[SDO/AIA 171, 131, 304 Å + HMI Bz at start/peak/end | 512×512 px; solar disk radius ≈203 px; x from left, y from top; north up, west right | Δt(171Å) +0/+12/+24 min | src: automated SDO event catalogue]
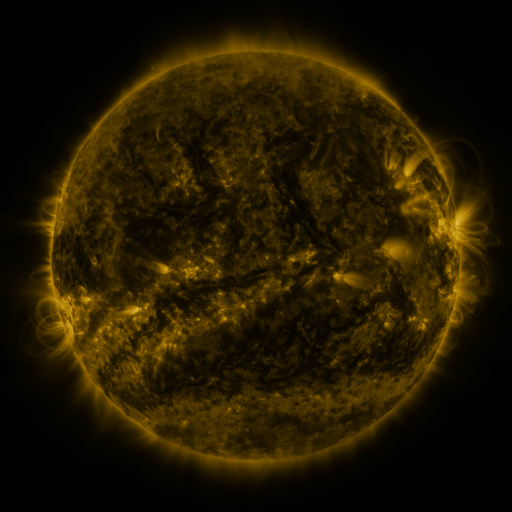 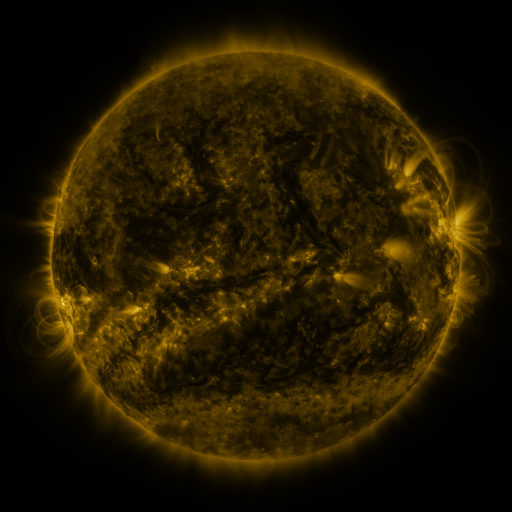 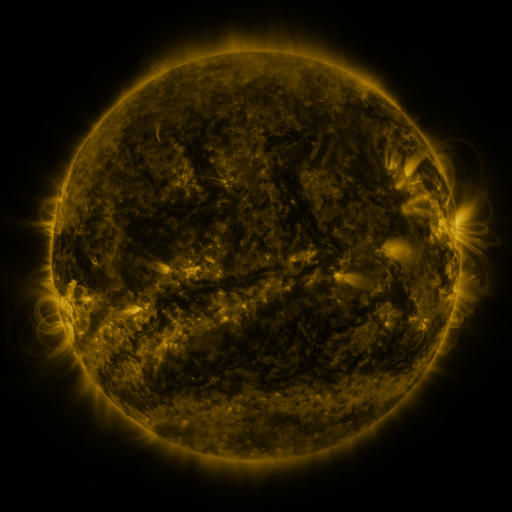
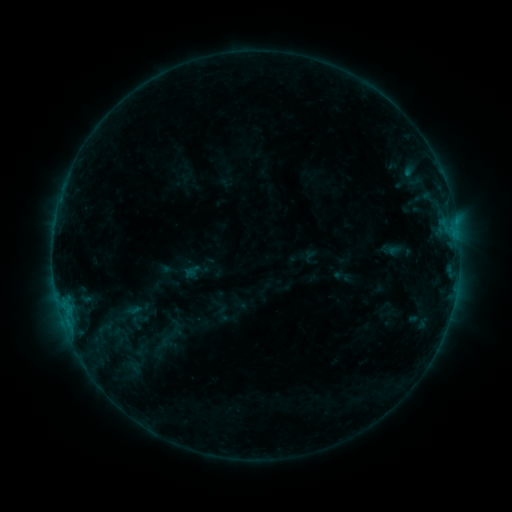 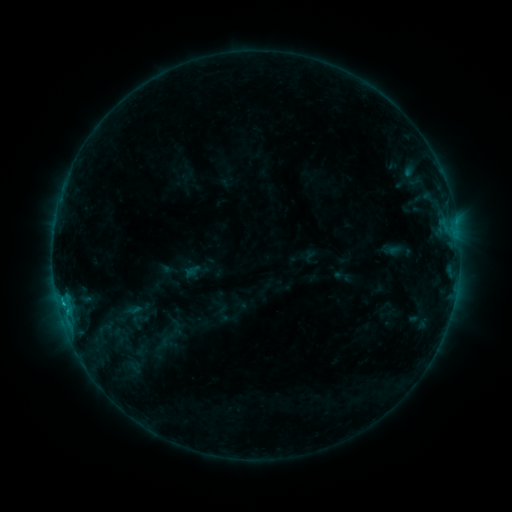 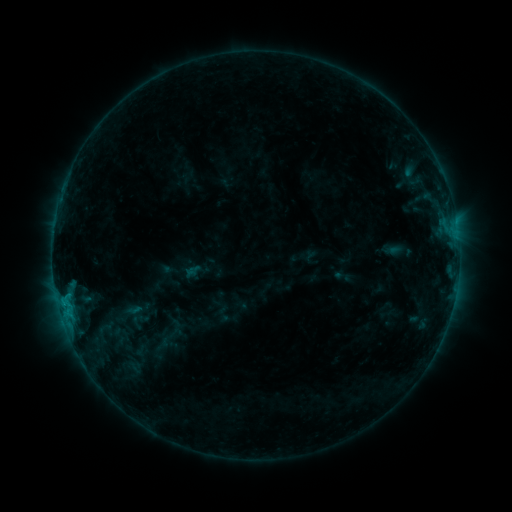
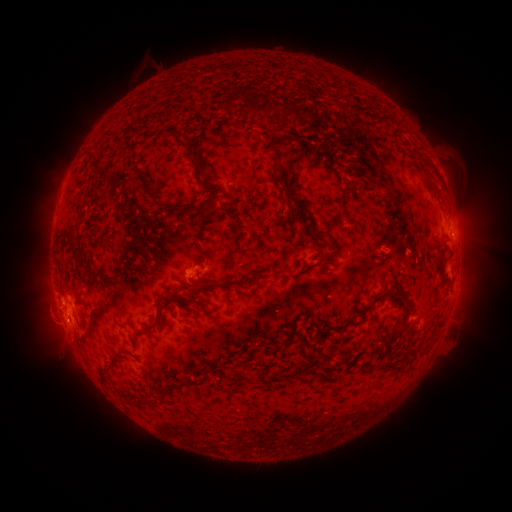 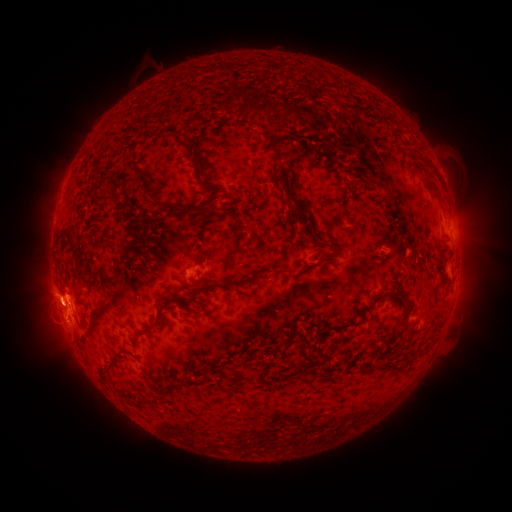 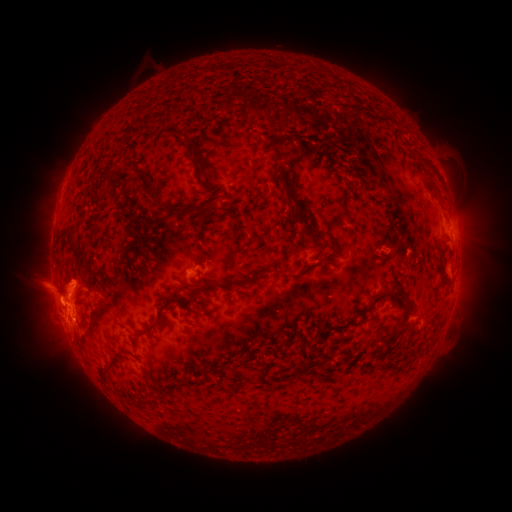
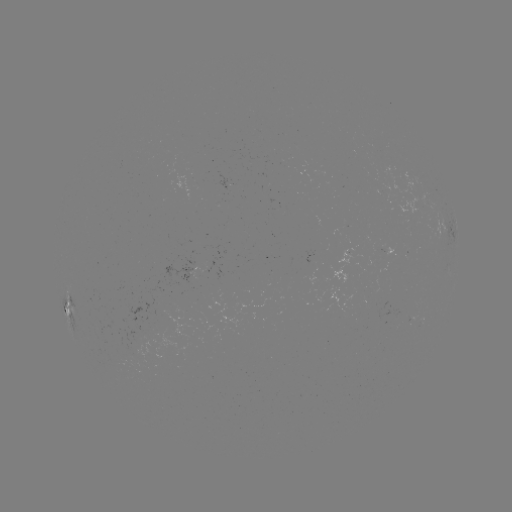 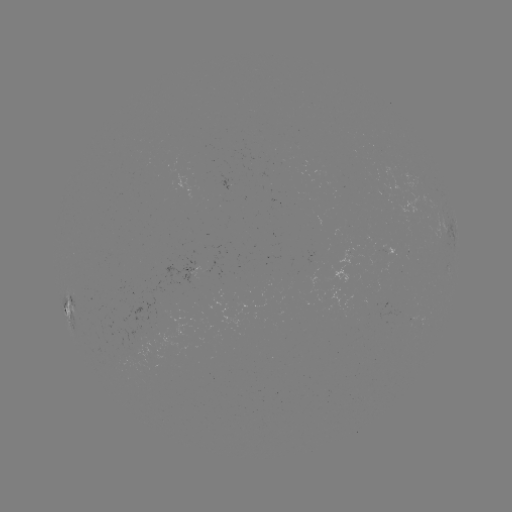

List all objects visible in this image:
eruption: (60, 292)
